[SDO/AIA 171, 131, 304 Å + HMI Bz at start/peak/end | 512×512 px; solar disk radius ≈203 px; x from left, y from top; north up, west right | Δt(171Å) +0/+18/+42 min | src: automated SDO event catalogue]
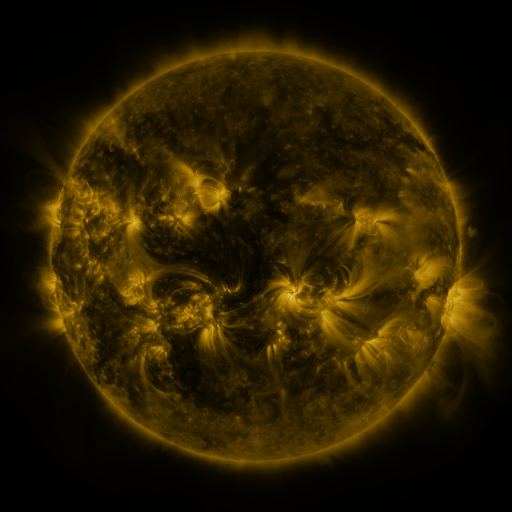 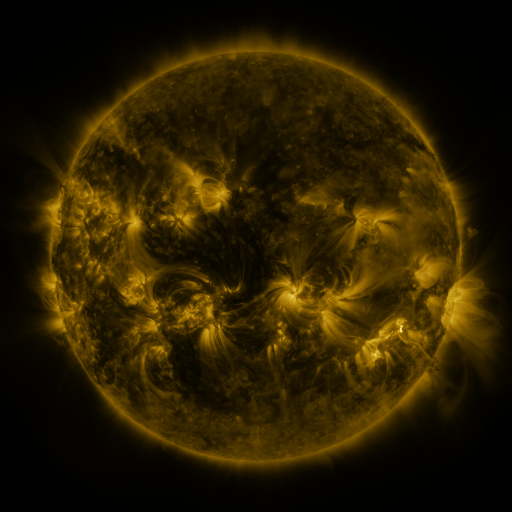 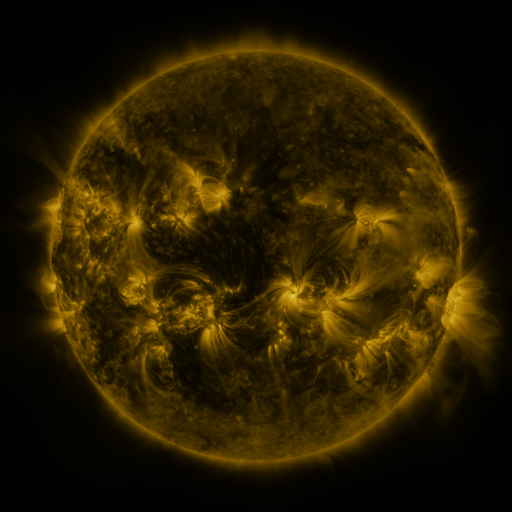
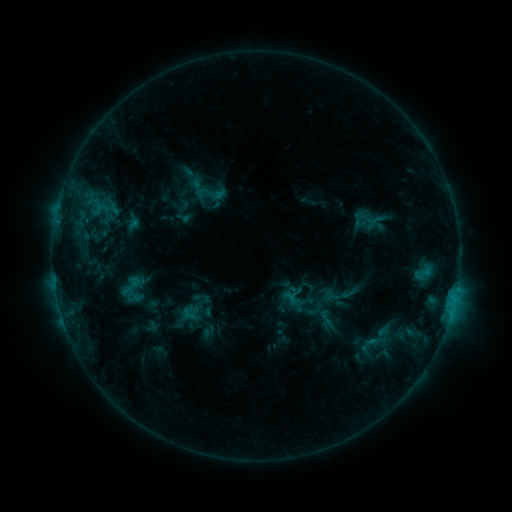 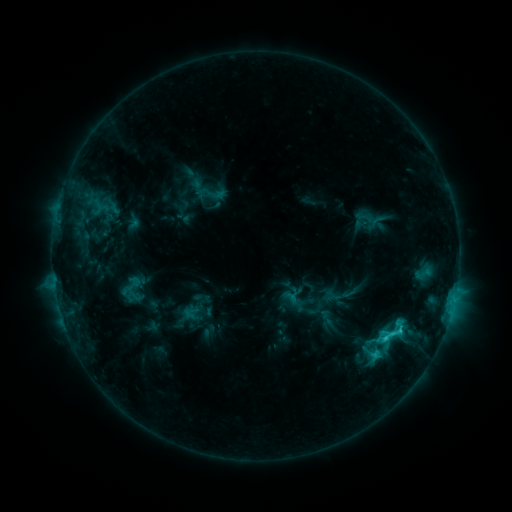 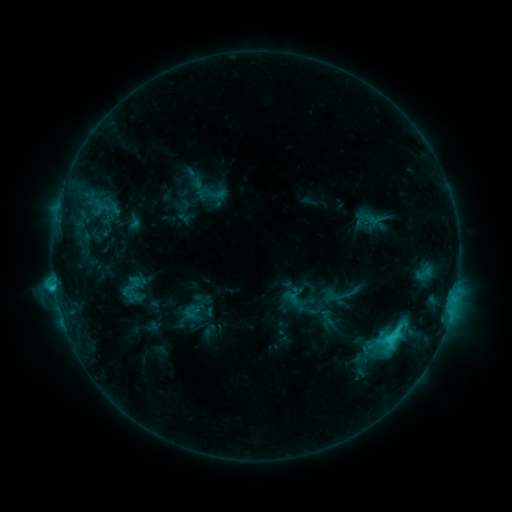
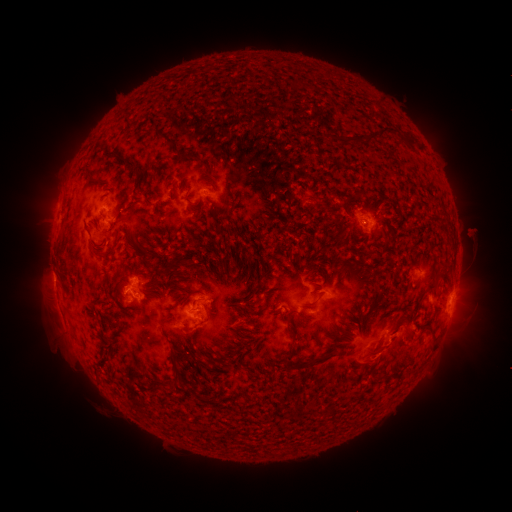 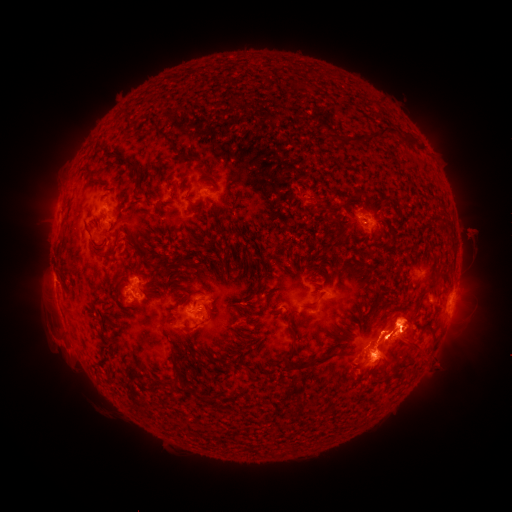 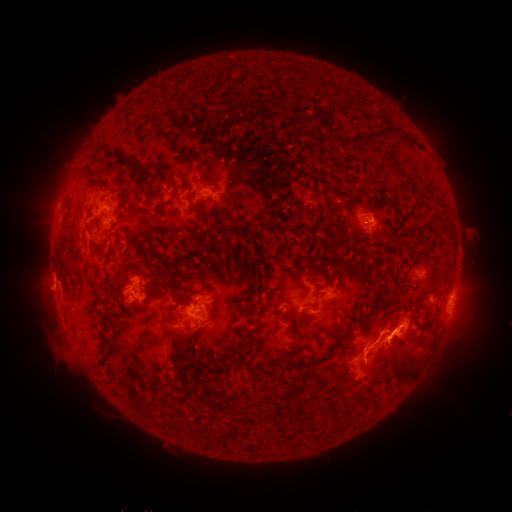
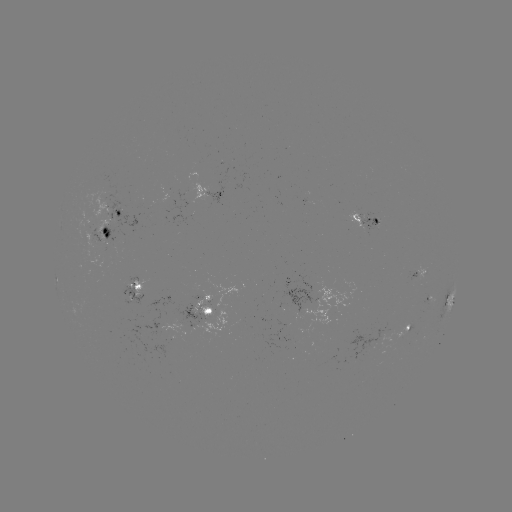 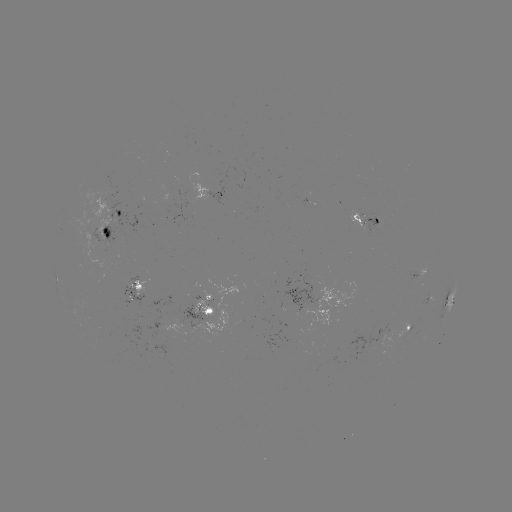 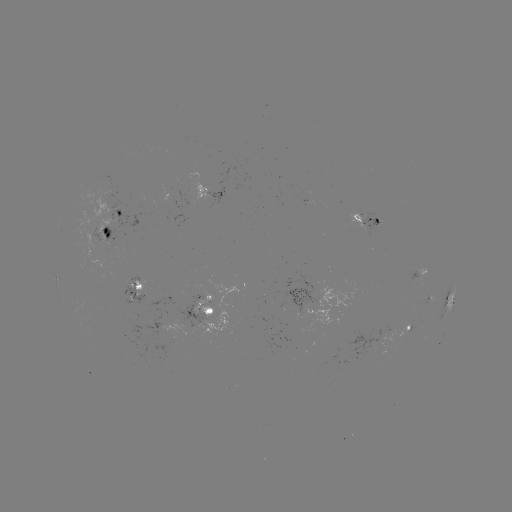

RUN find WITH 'eruption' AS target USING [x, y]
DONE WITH [388, 351] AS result